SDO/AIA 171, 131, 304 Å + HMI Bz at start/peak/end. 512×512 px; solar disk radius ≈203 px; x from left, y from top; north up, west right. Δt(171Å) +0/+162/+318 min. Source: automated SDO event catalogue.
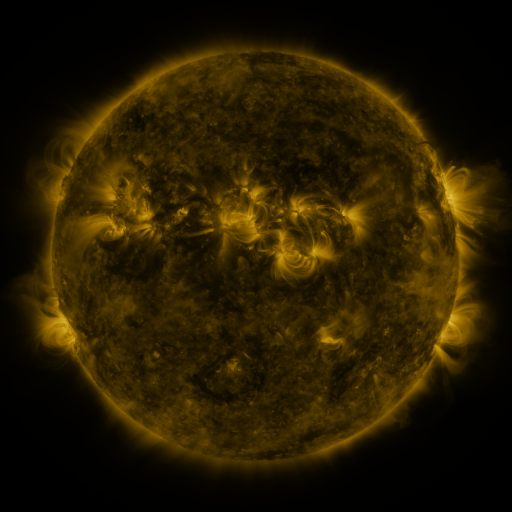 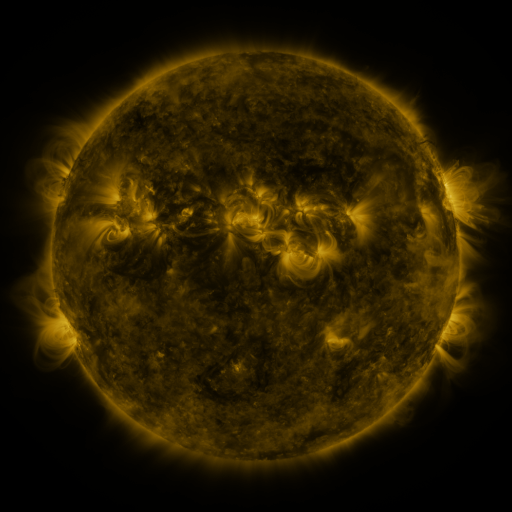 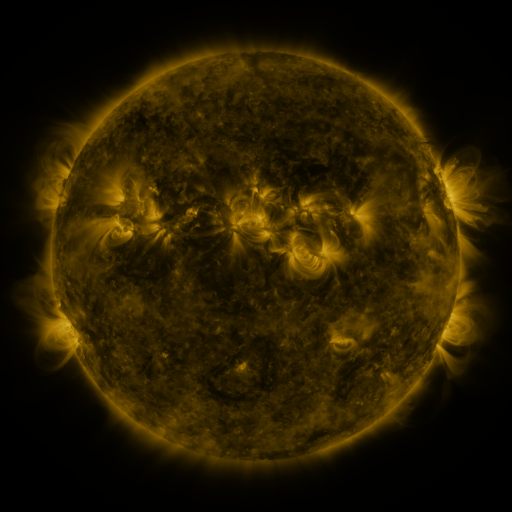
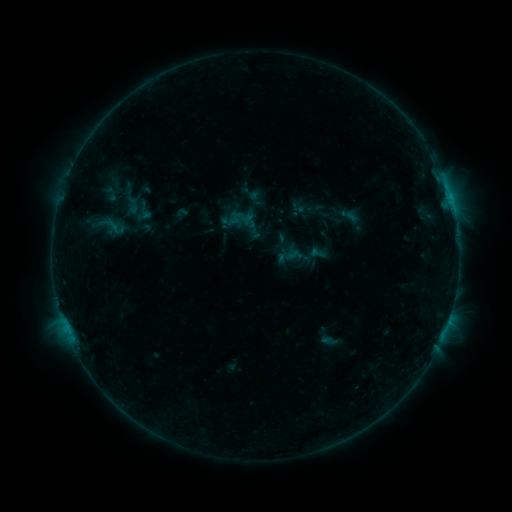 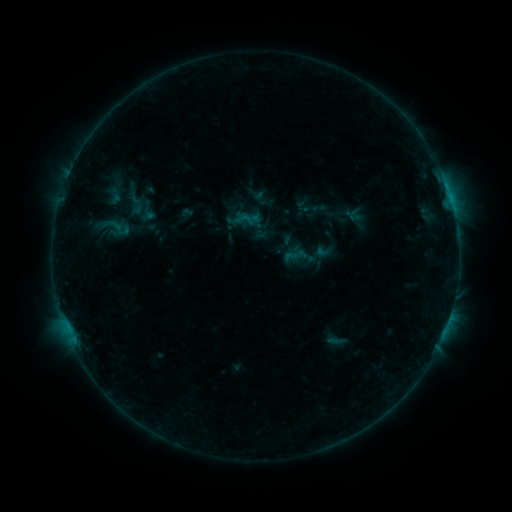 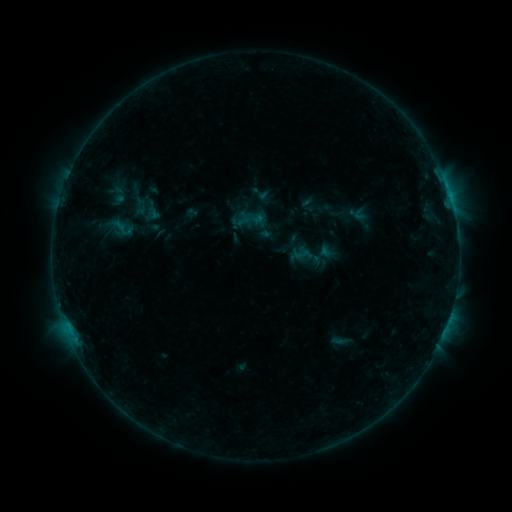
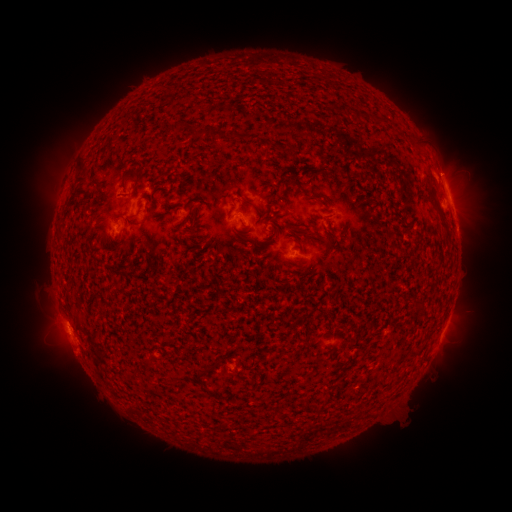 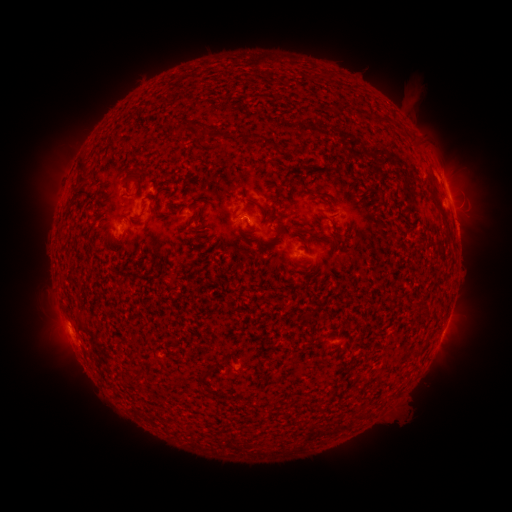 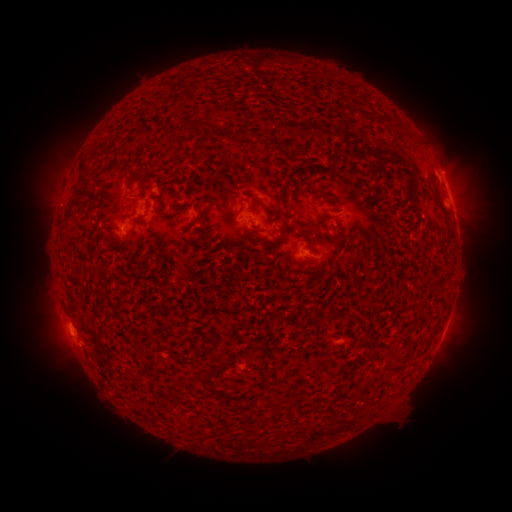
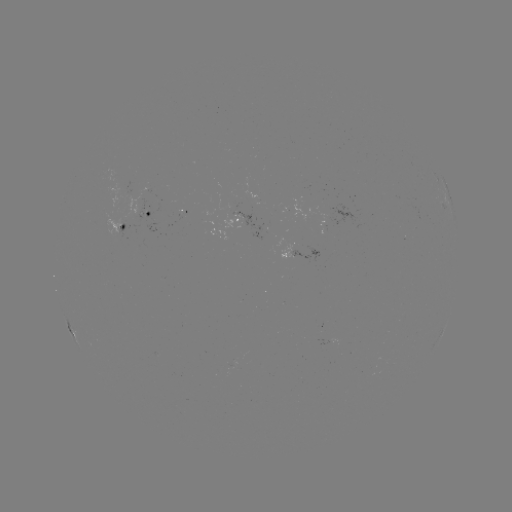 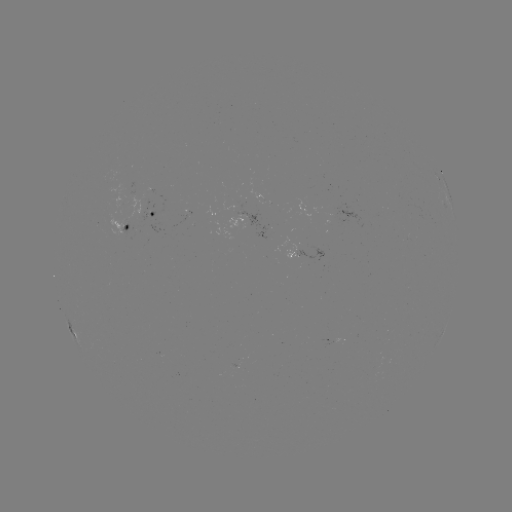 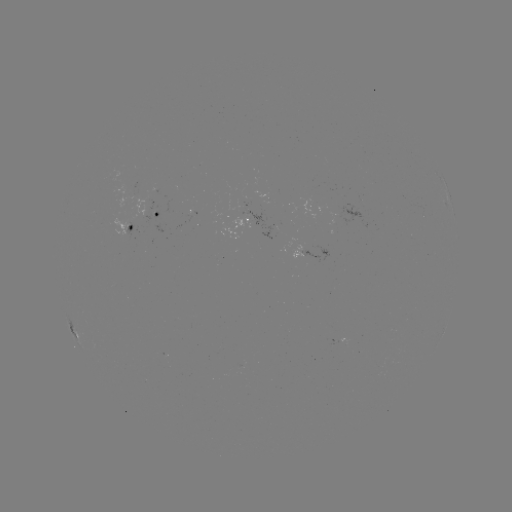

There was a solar filament eruption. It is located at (411, 67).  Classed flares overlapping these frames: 1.